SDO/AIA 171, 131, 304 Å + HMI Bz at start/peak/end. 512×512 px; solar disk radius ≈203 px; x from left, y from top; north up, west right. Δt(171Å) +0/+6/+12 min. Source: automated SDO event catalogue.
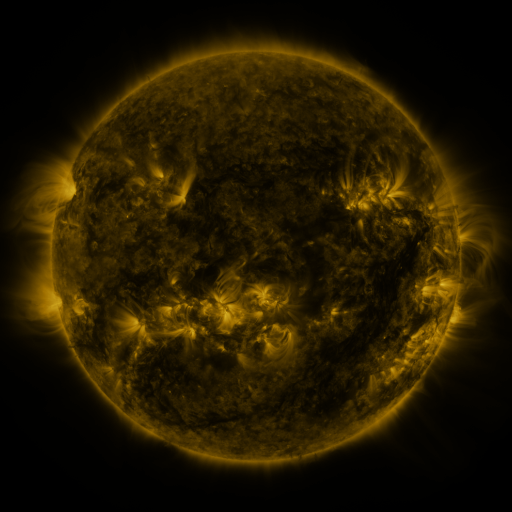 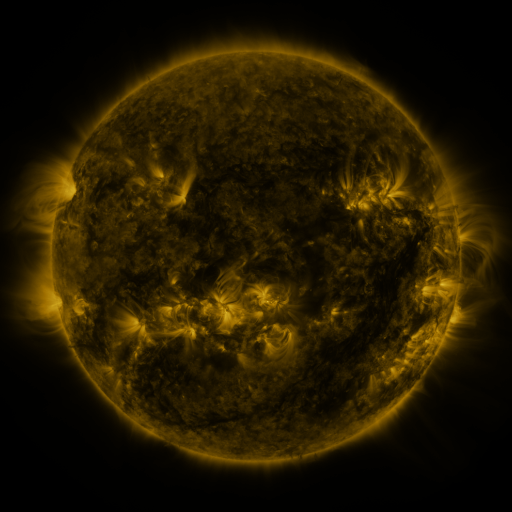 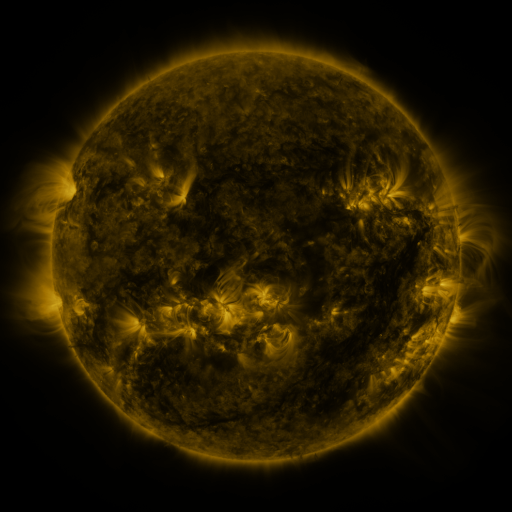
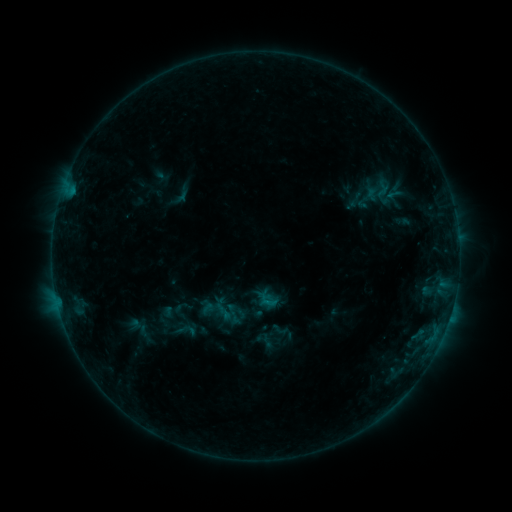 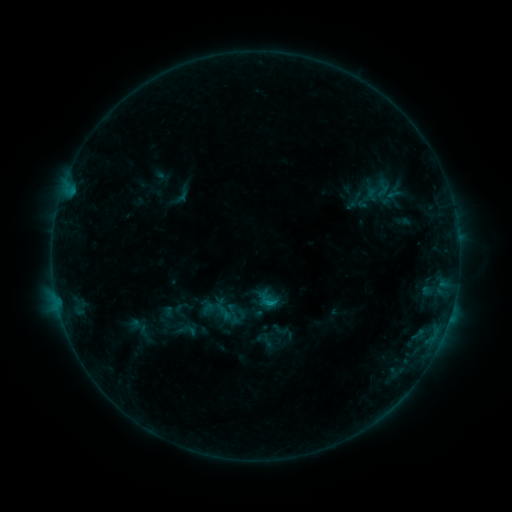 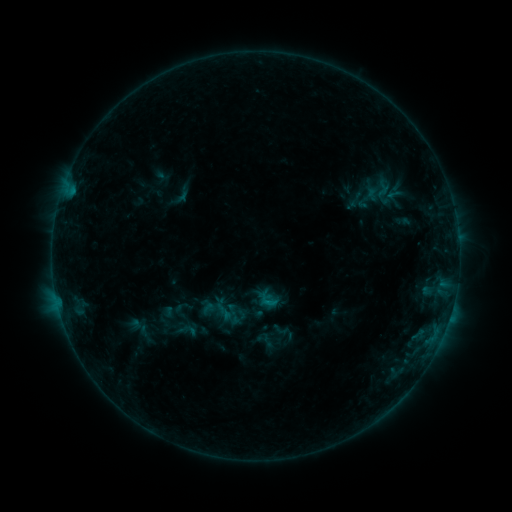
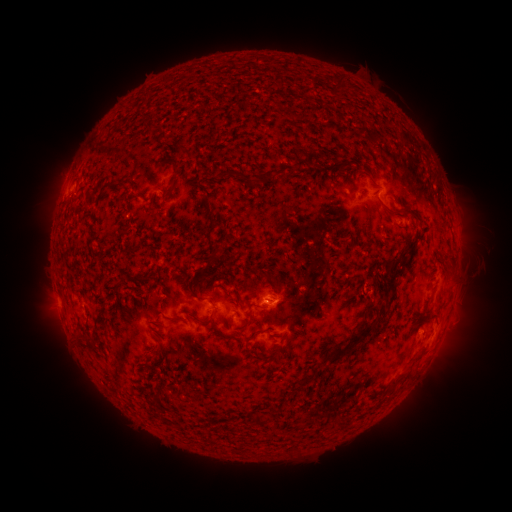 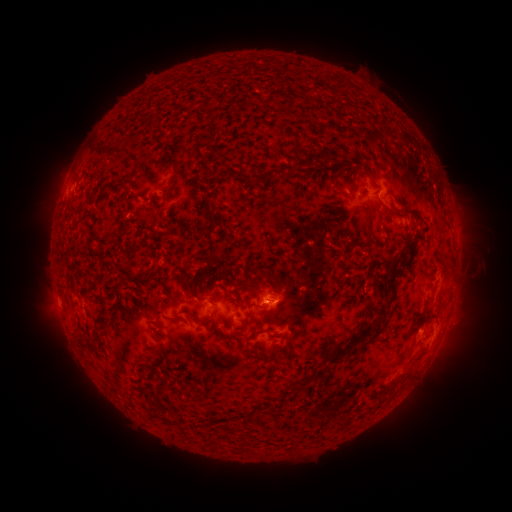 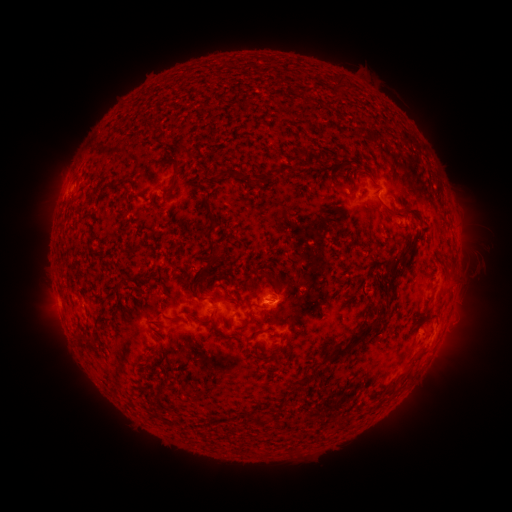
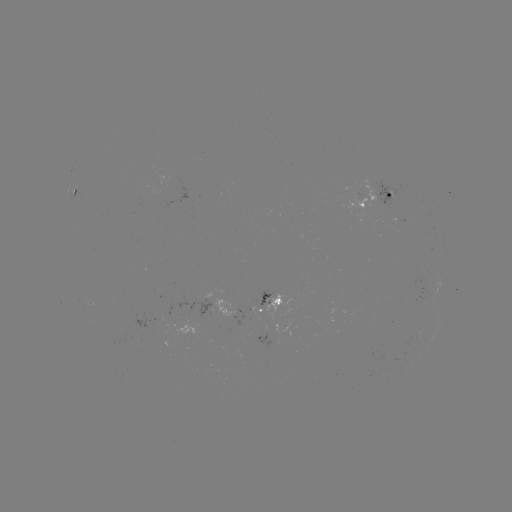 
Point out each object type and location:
B4.0 flare: (273, 302)
